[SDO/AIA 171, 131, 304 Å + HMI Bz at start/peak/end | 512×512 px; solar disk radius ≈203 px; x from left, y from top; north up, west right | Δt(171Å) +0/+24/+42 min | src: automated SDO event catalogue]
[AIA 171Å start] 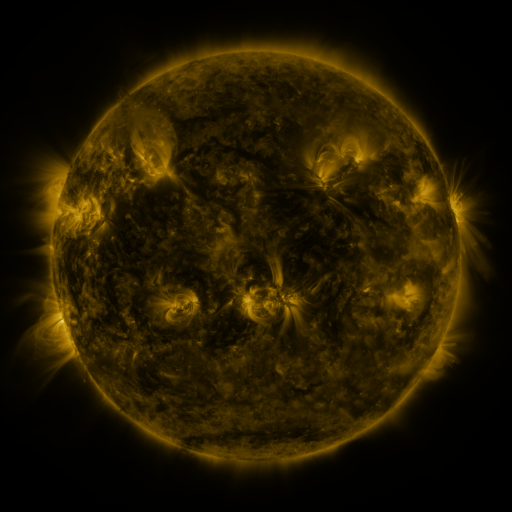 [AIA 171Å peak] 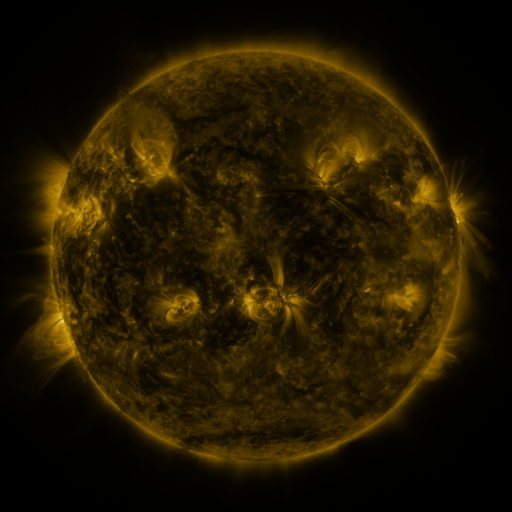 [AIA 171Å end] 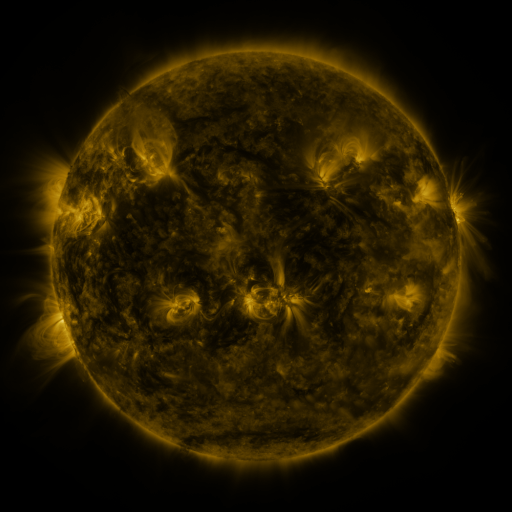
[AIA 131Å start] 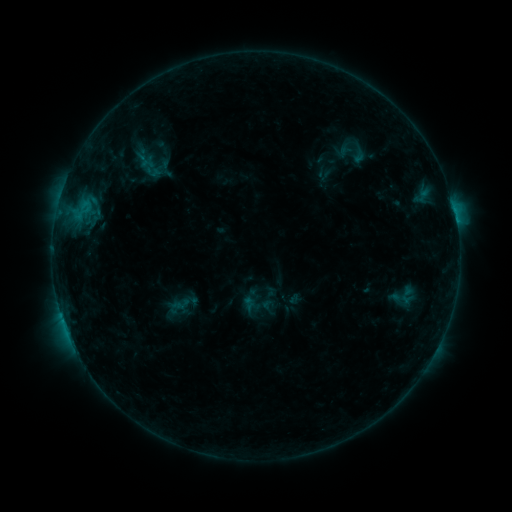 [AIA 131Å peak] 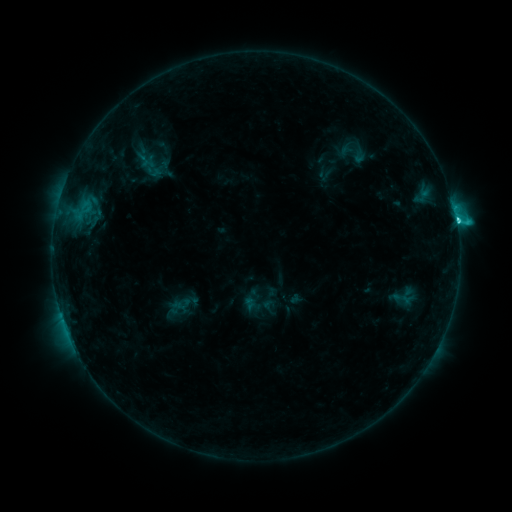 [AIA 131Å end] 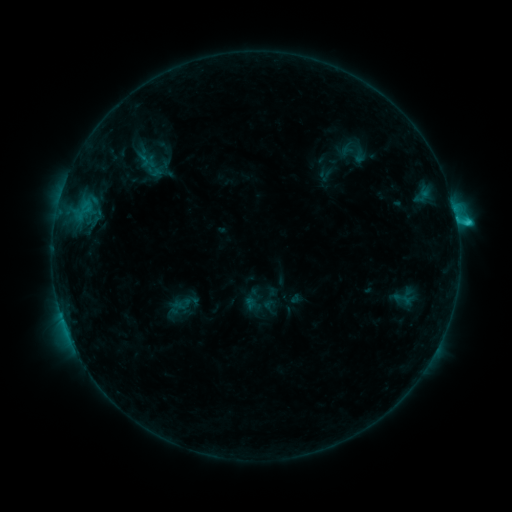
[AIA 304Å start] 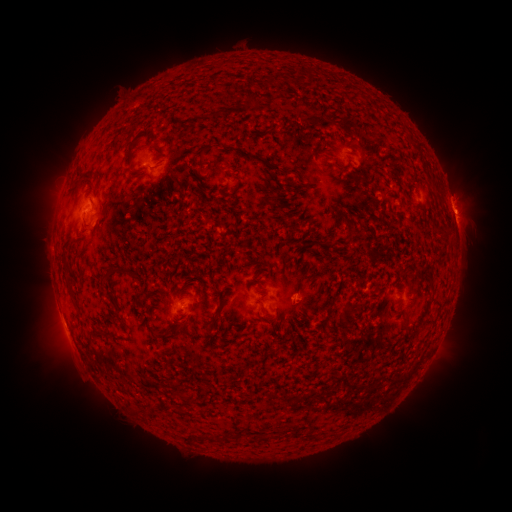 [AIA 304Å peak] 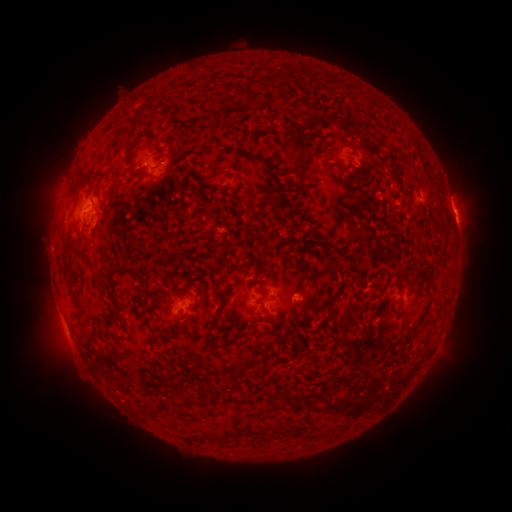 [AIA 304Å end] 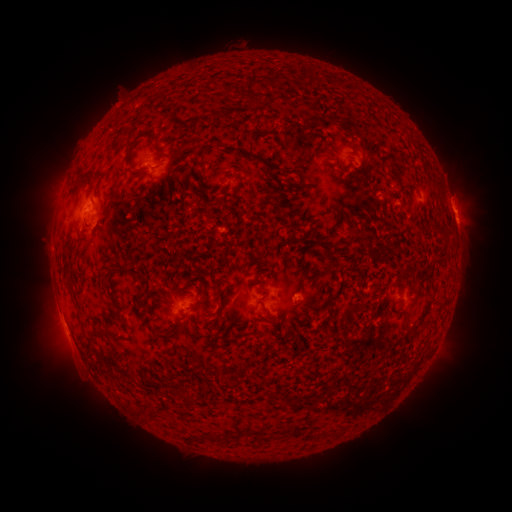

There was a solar flare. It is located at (456, 223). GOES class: C2.7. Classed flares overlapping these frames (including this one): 1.